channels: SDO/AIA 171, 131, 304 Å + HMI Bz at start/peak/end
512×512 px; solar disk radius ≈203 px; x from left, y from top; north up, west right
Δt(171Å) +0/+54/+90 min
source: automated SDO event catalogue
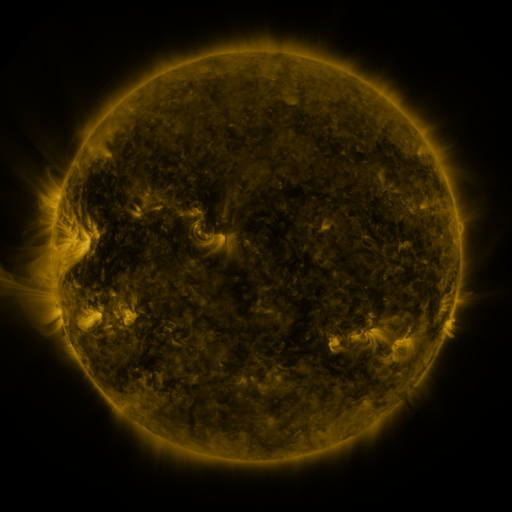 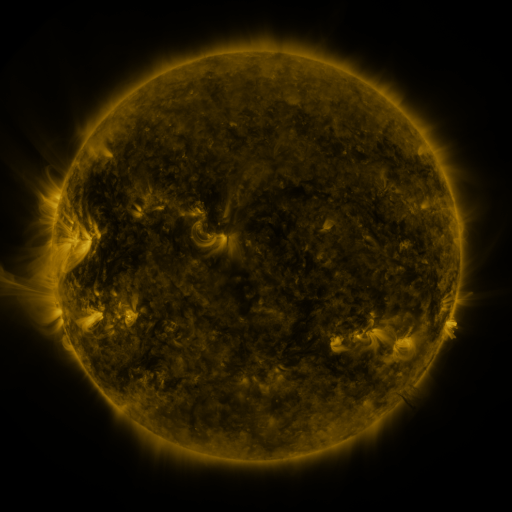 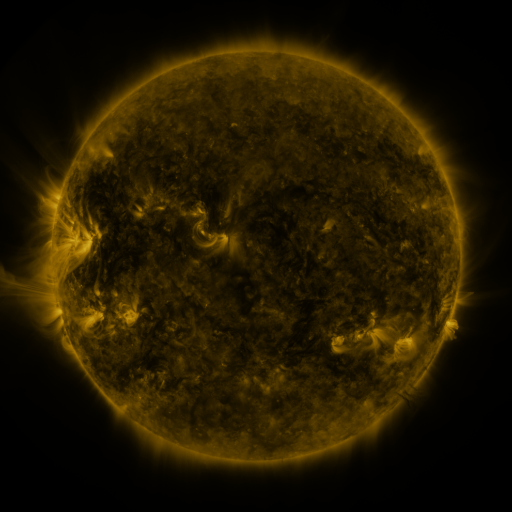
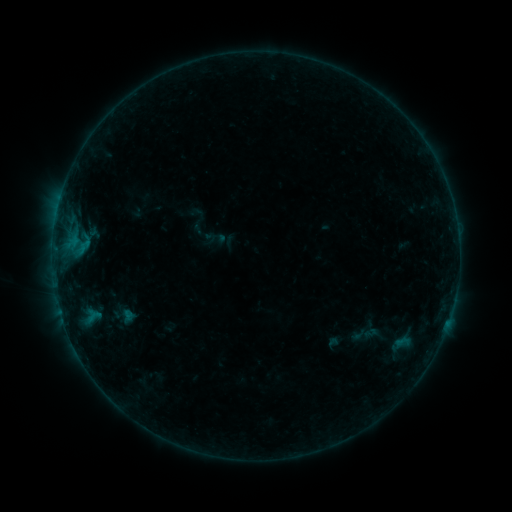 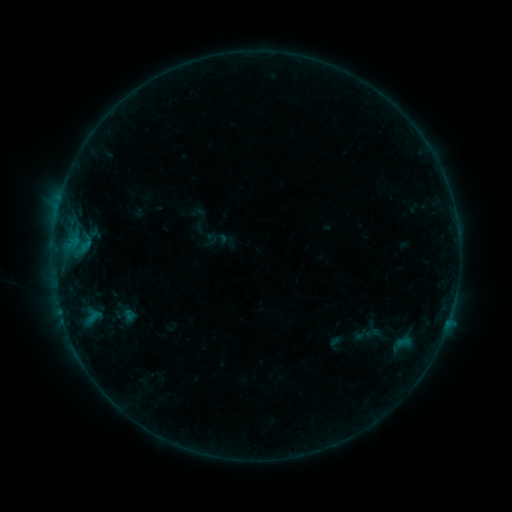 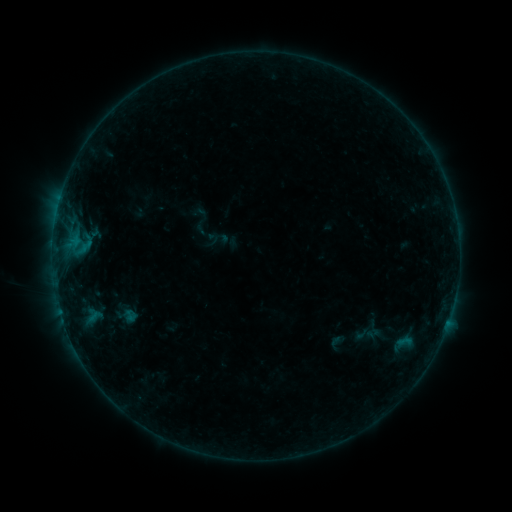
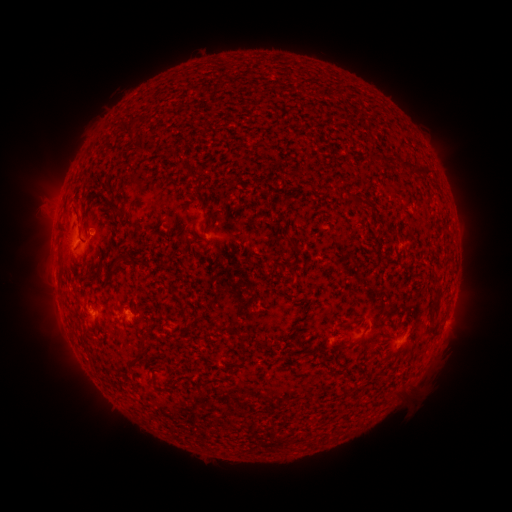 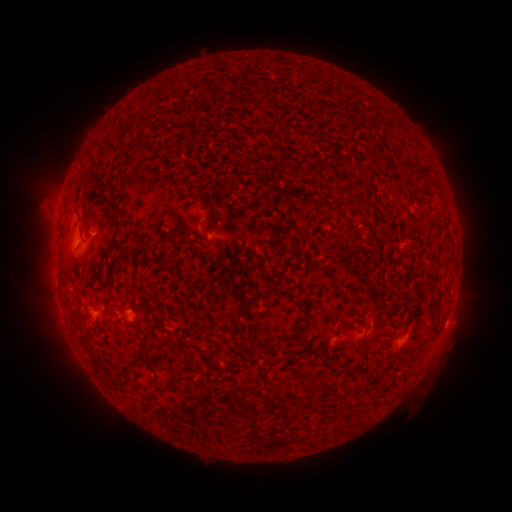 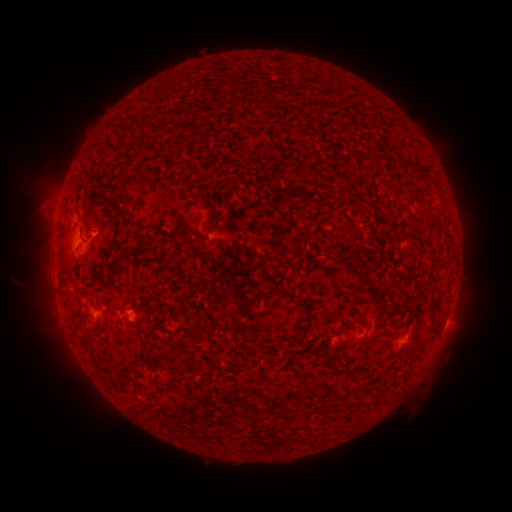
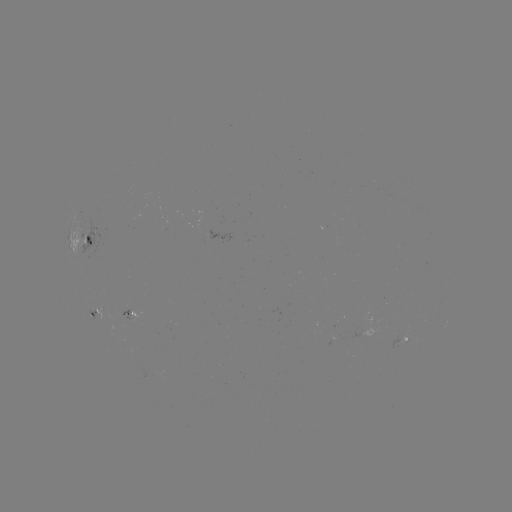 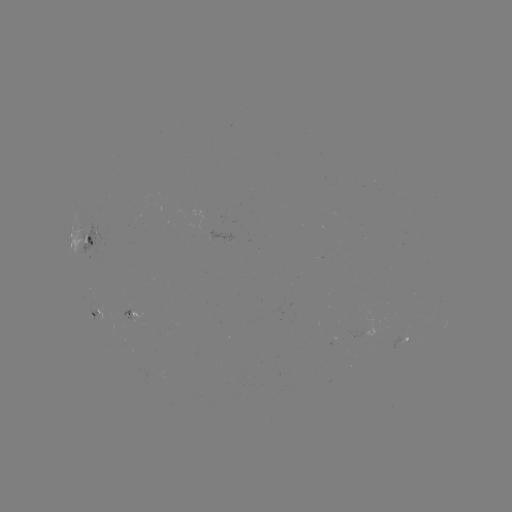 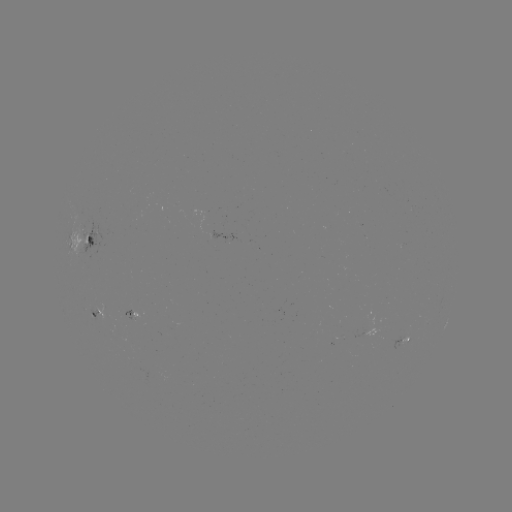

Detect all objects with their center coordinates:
emerging-flux region: (87, 239)
